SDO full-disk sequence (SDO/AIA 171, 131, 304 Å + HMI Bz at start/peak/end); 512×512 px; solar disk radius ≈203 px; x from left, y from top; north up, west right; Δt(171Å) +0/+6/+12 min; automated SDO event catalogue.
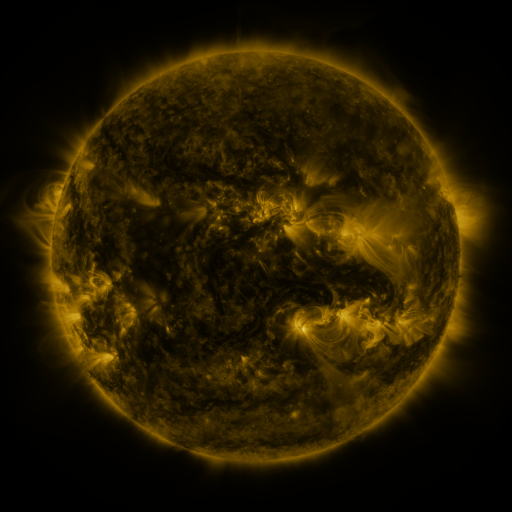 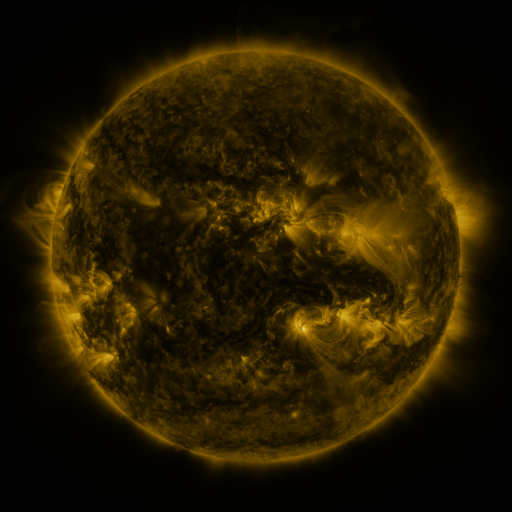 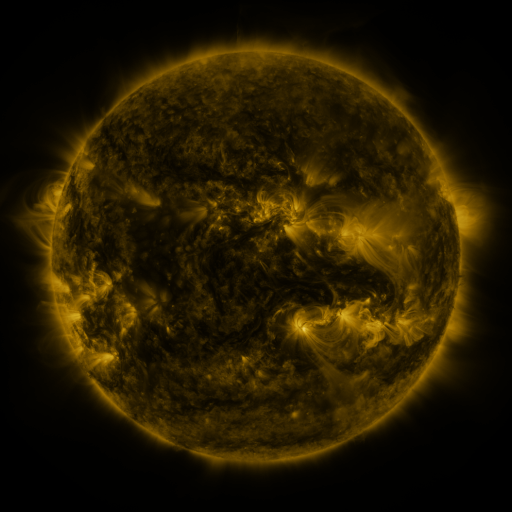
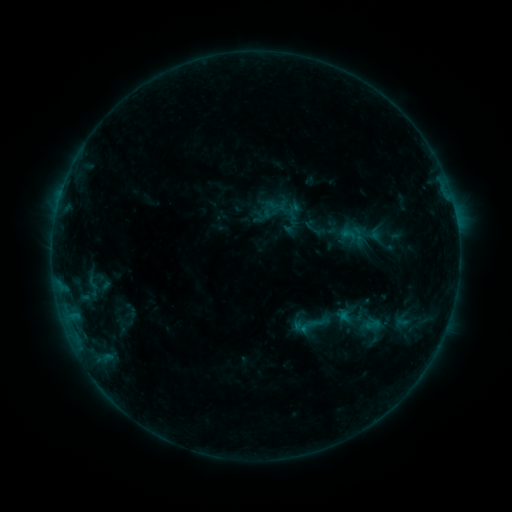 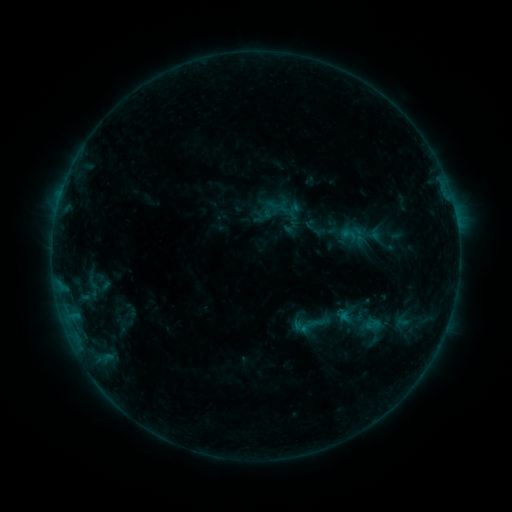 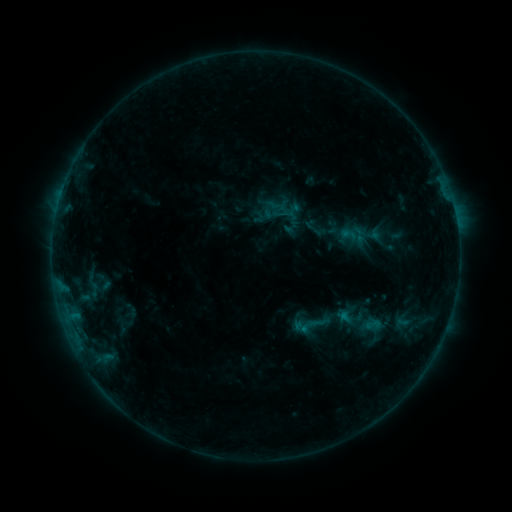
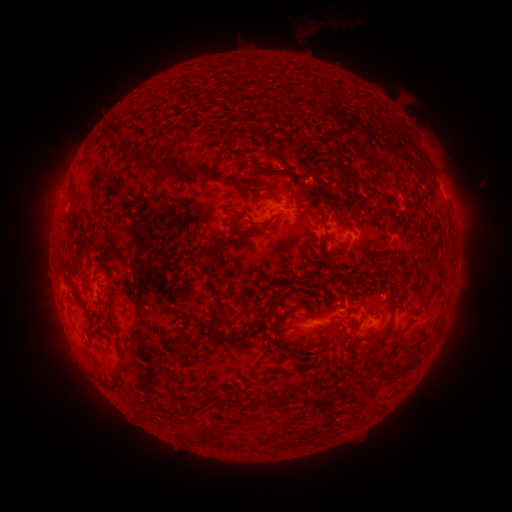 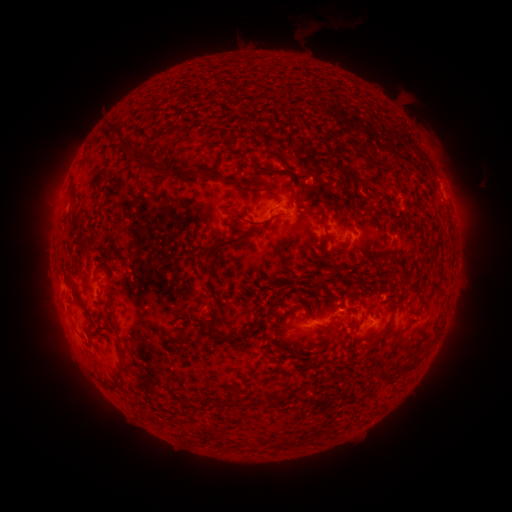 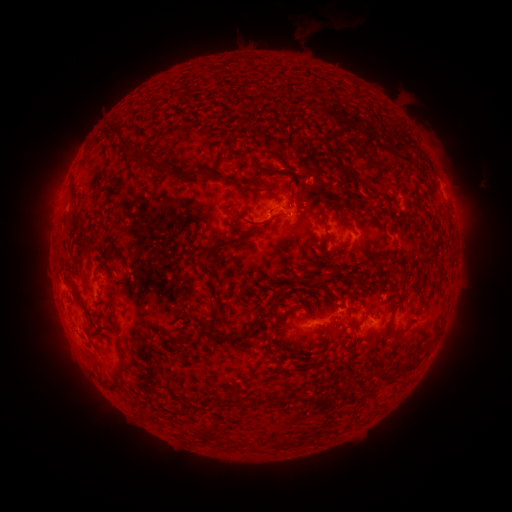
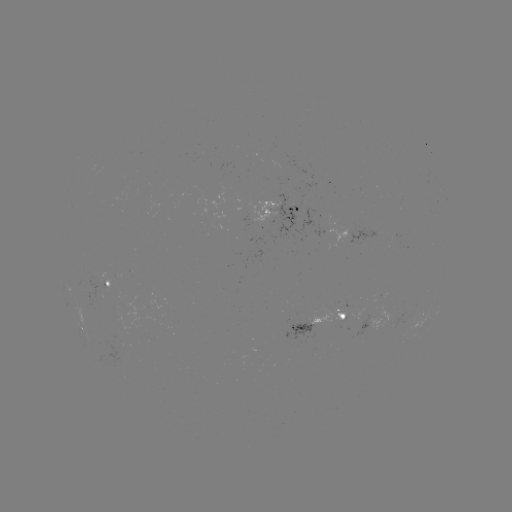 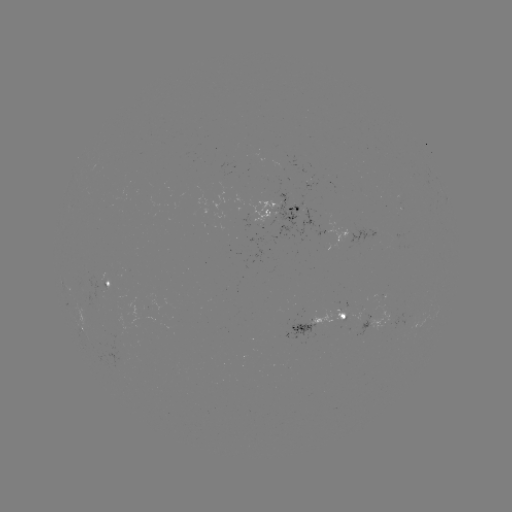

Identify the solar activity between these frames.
no flare in any classed list; no EUV-trigger detection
